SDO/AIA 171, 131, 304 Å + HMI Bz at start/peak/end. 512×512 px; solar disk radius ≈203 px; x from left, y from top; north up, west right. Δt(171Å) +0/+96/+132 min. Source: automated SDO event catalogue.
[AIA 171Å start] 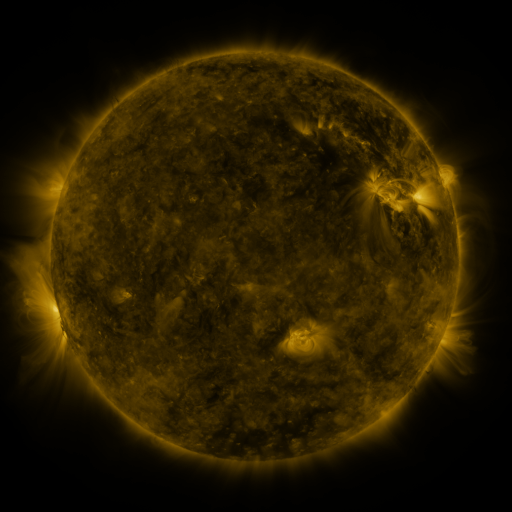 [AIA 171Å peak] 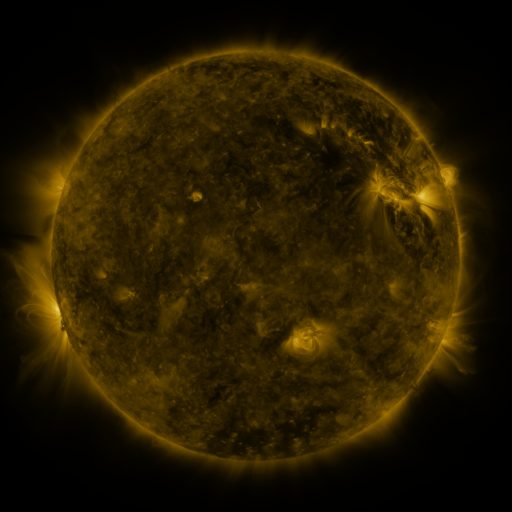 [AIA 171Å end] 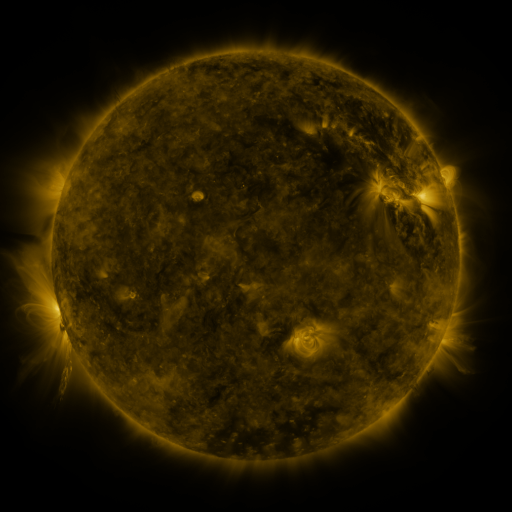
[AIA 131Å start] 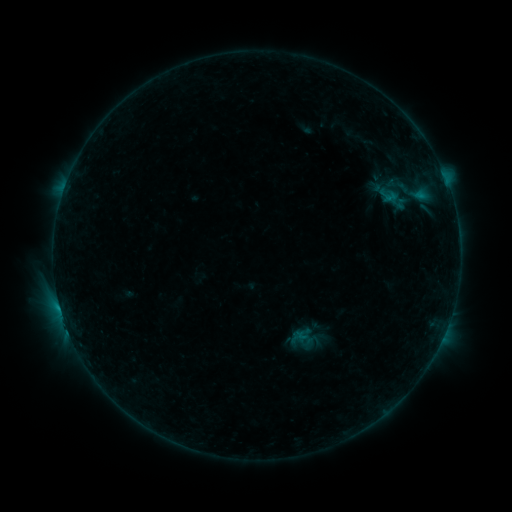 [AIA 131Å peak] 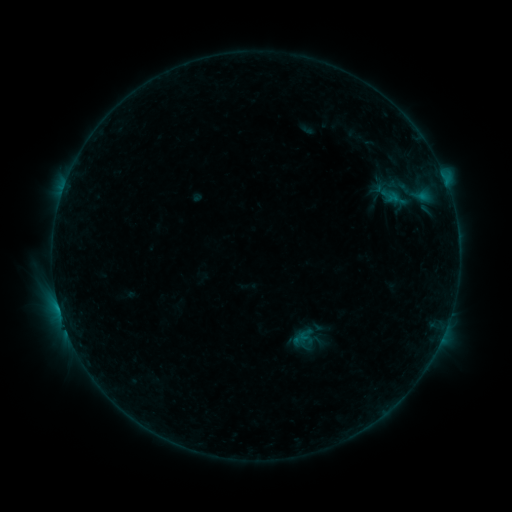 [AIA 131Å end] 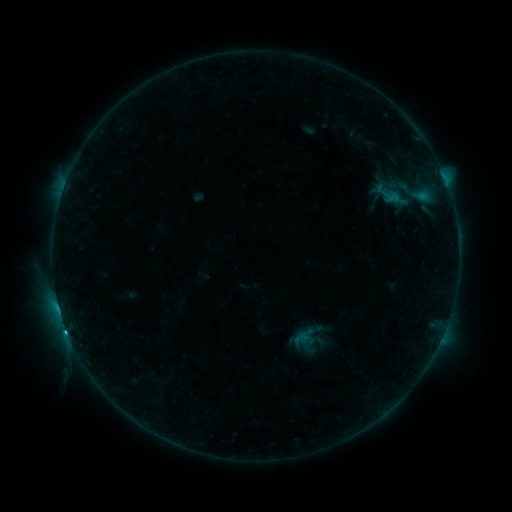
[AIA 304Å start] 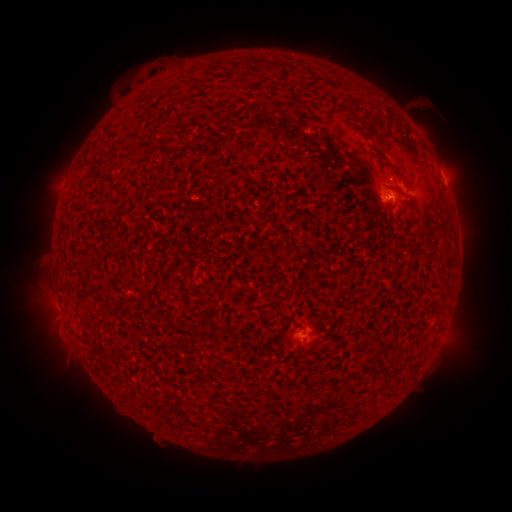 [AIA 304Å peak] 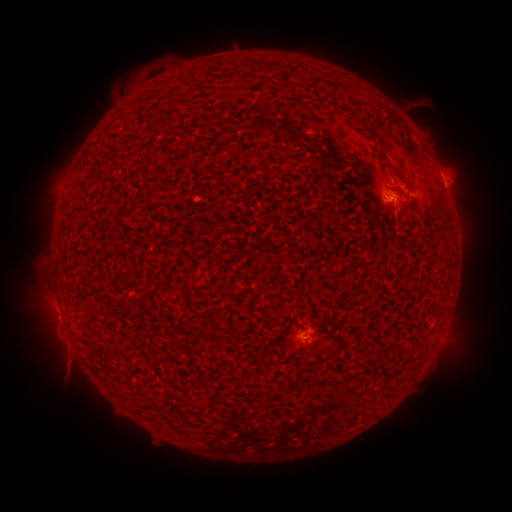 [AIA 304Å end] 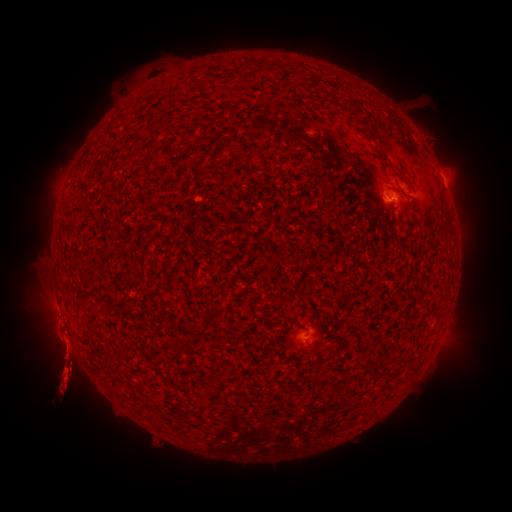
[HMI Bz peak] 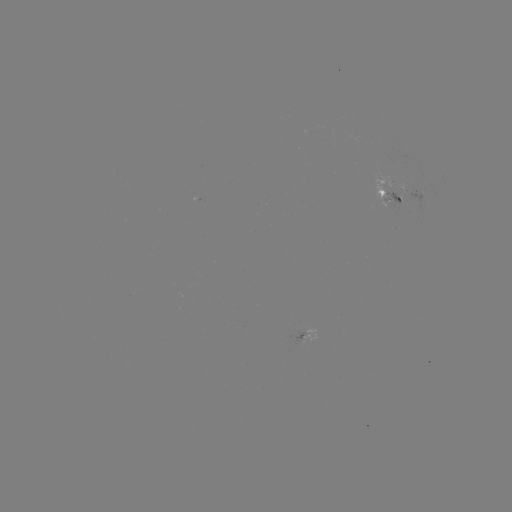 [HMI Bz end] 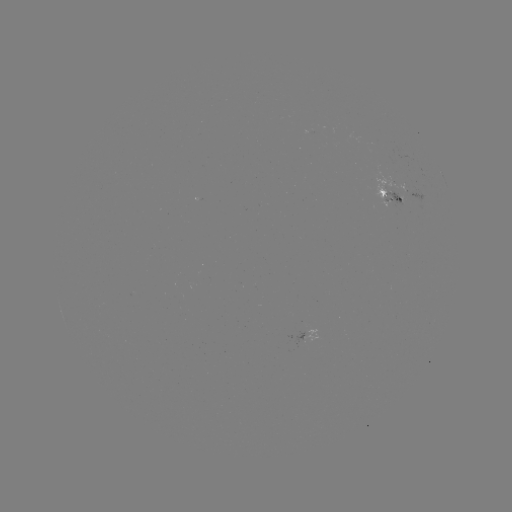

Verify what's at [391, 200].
emerging-flux region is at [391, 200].